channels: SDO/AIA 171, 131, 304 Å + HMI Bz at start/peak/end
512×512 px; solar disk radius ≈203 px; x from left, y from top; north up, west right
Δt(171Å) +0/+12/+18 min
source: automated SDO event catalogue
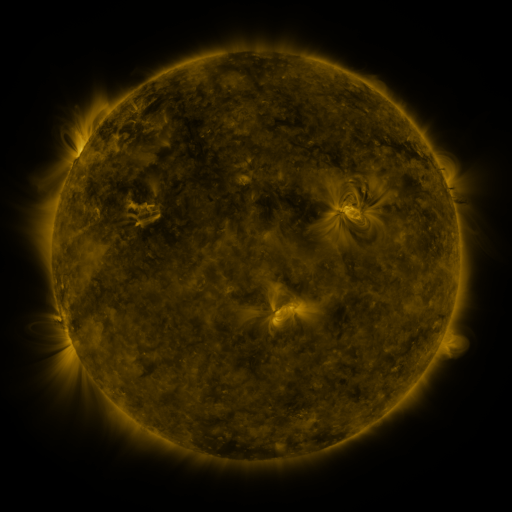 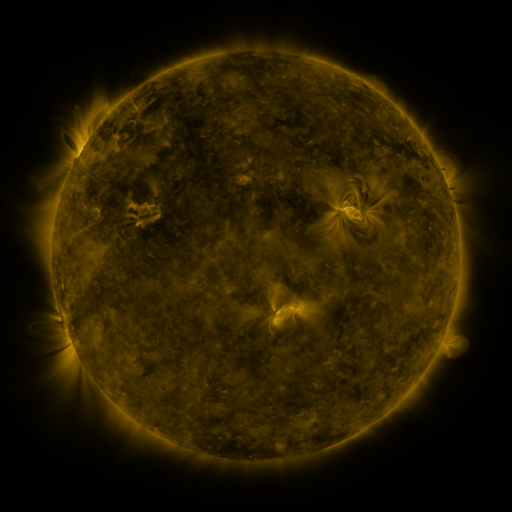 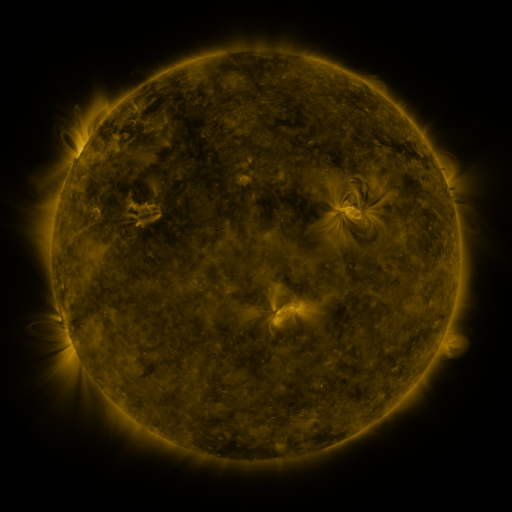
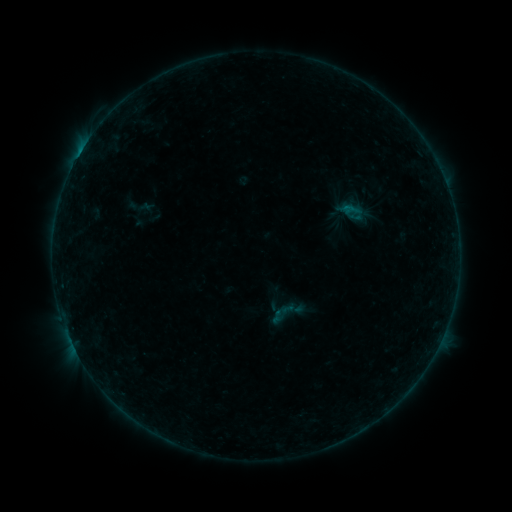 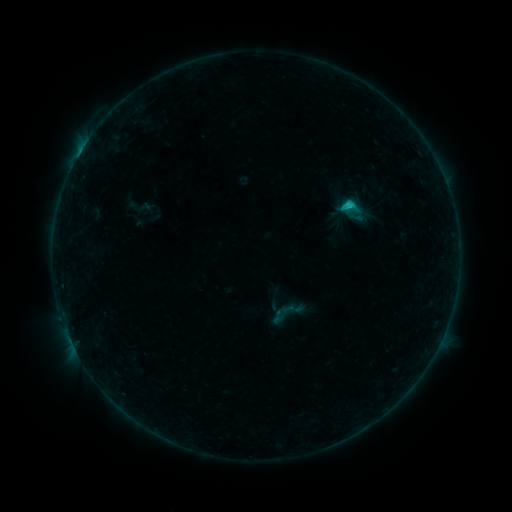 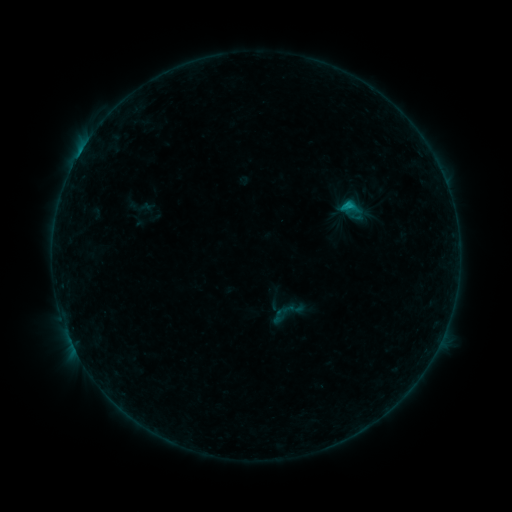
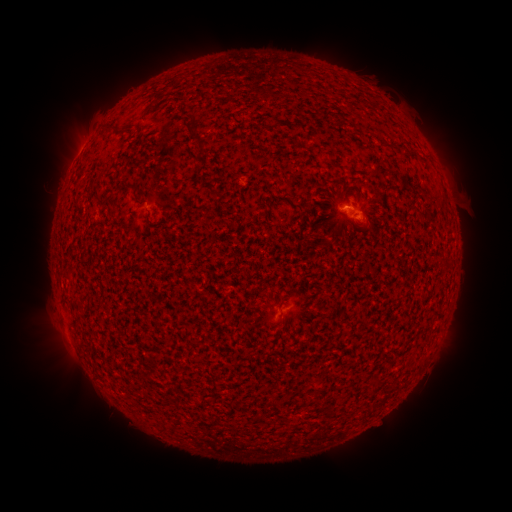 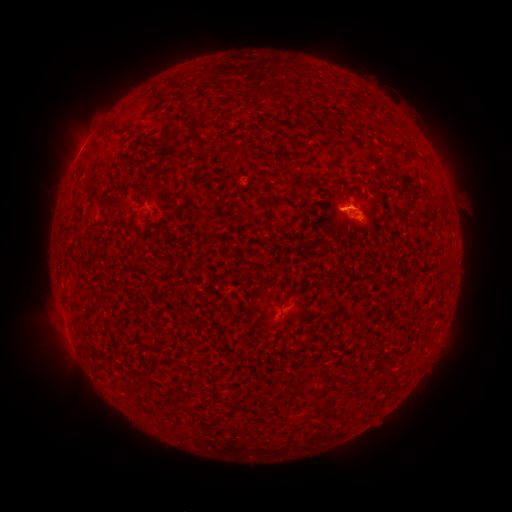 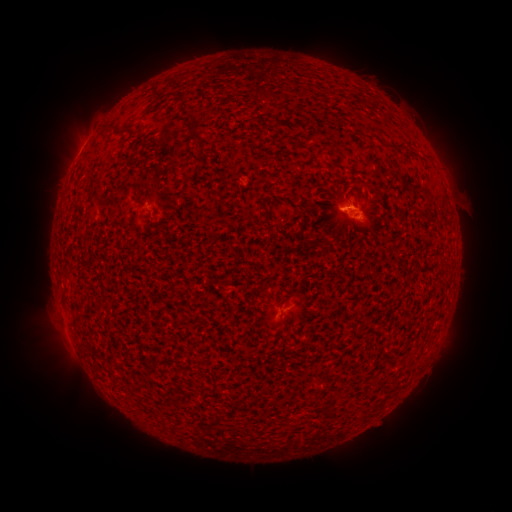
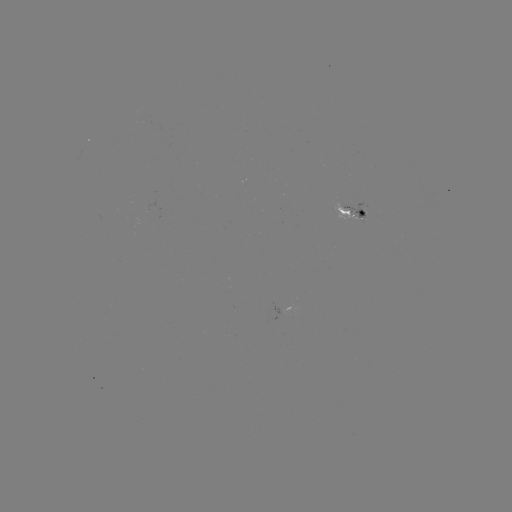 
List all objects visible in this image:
C1.0 flare: (342, 209)
